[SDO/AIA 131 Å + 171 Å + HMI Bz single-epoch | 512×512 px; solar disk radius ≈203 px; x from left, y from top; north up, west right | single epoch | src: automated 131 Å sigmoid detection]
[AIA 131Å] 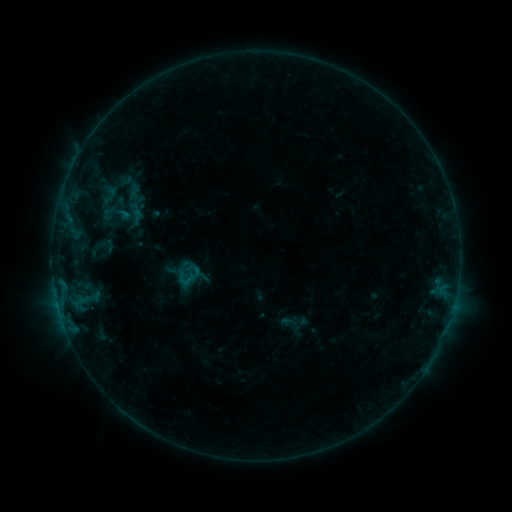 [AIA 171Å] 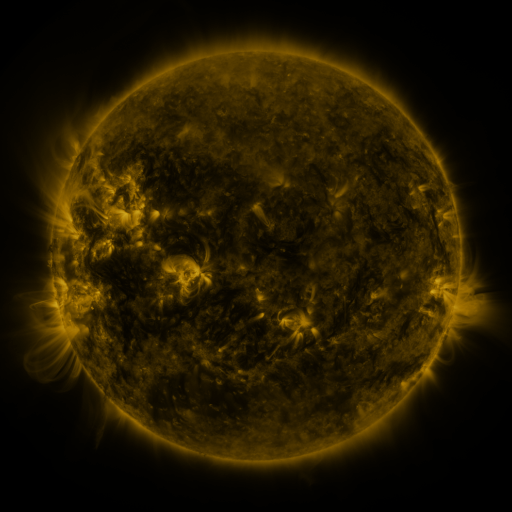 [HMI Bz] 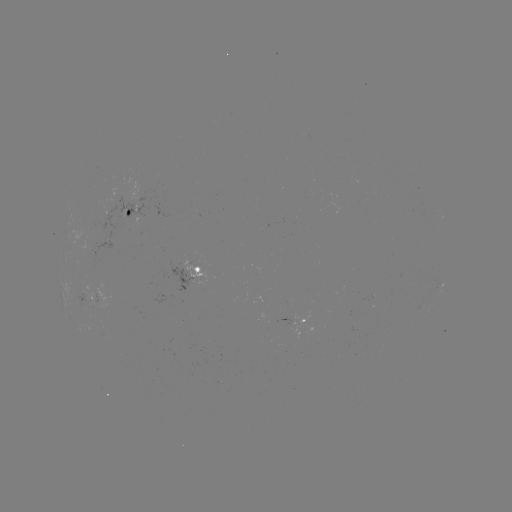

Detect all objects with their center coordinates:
sigmoid: [100, 198, 132, 229]
